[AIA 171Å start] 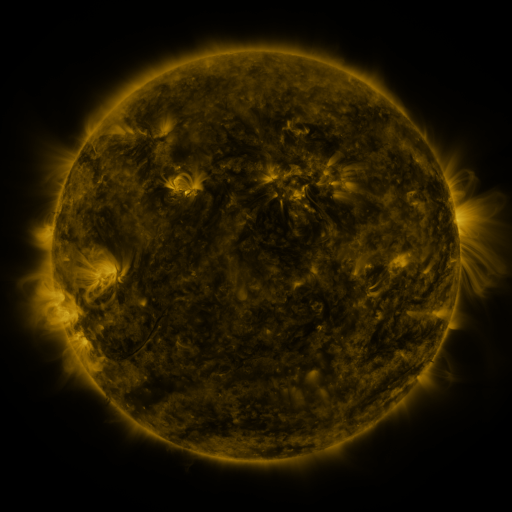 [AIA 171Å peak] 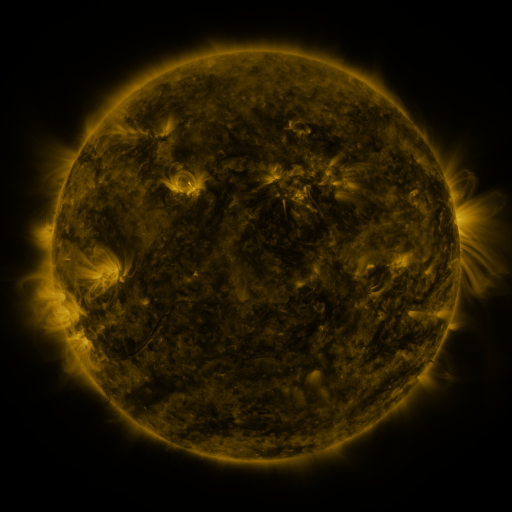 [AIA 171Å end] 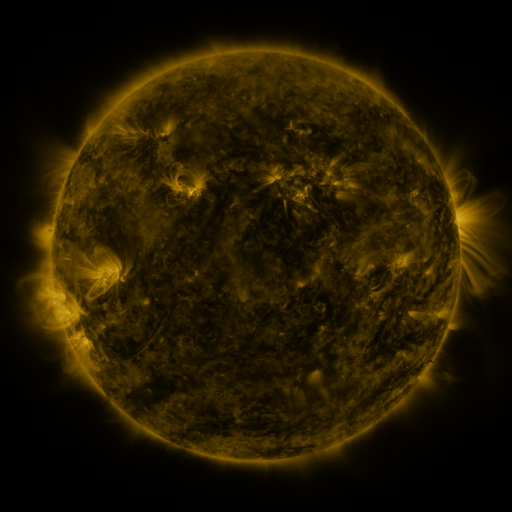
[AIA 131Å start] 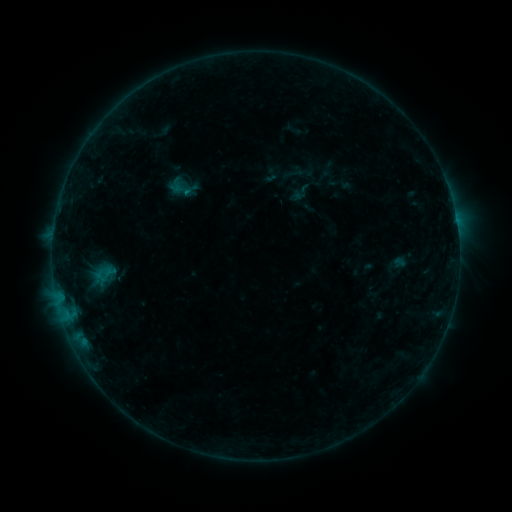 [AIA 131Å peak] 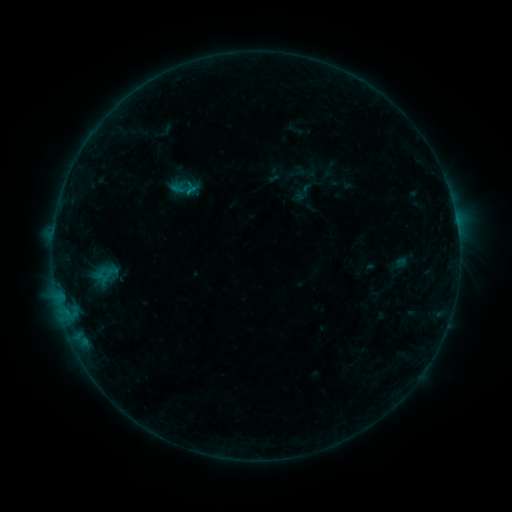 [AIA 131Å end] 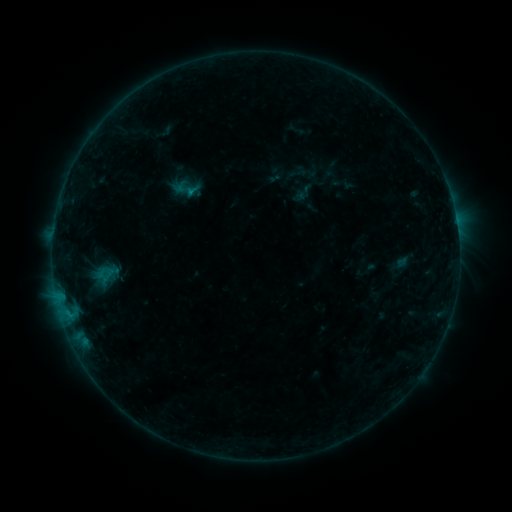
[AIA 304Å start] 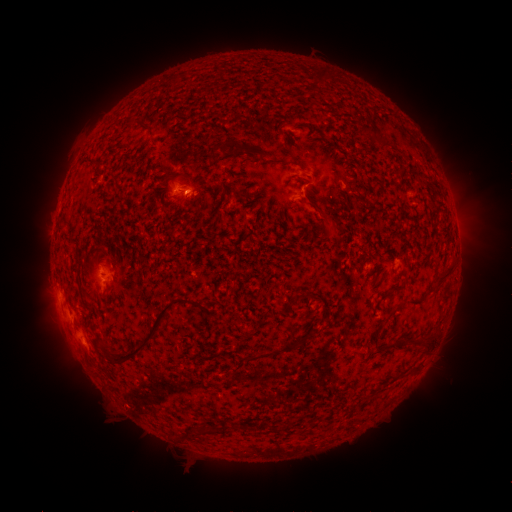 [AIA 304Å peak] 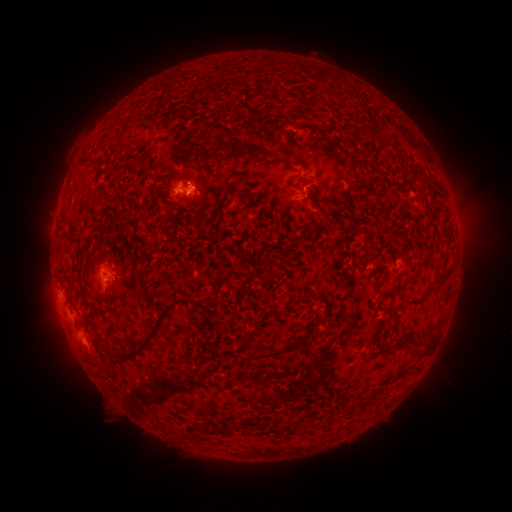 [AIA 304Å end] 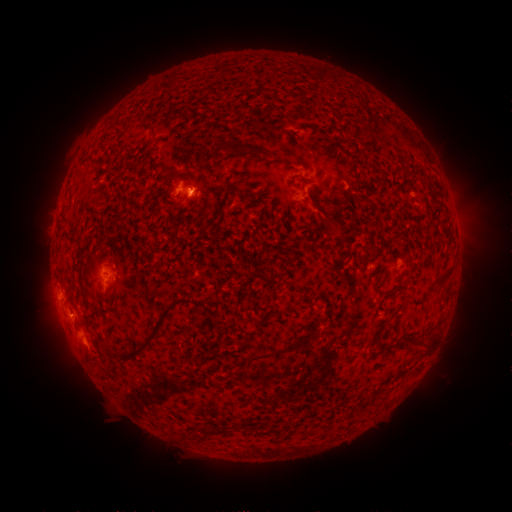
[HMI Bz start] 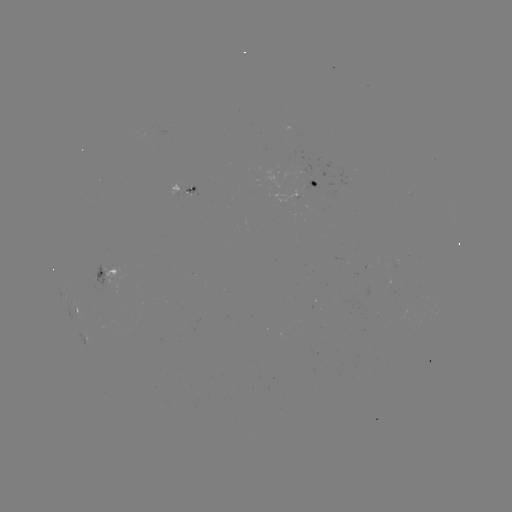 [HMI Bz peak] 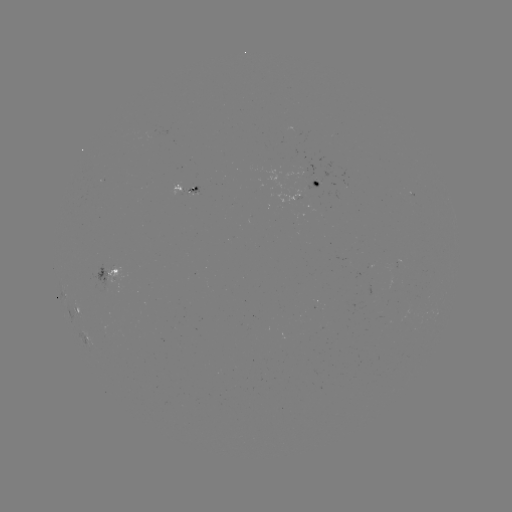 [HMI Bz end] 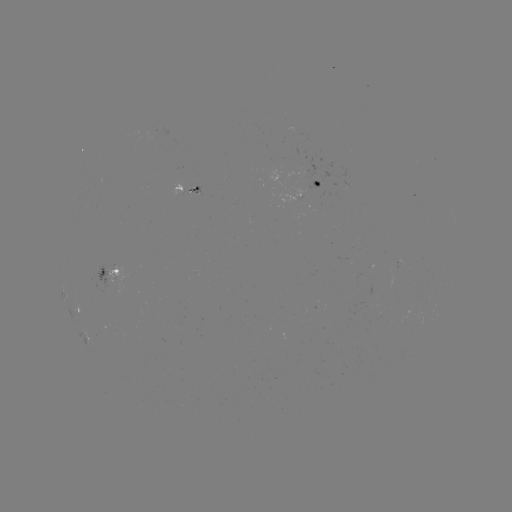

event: emerging-flux region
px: (193, 189)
